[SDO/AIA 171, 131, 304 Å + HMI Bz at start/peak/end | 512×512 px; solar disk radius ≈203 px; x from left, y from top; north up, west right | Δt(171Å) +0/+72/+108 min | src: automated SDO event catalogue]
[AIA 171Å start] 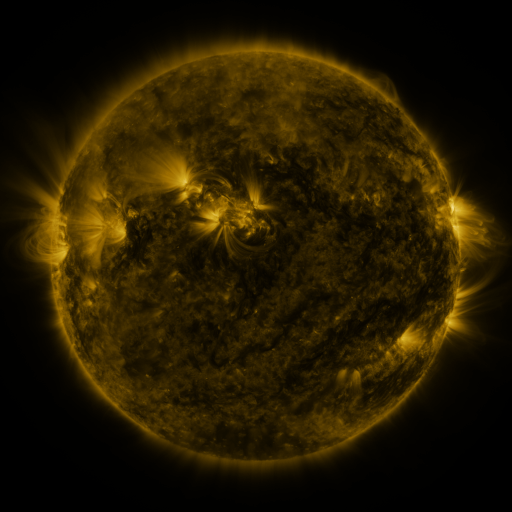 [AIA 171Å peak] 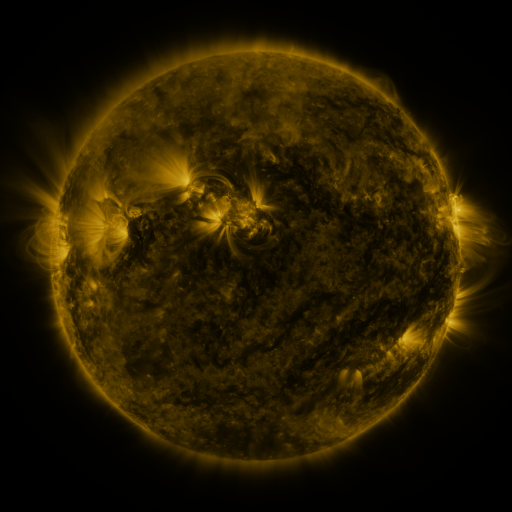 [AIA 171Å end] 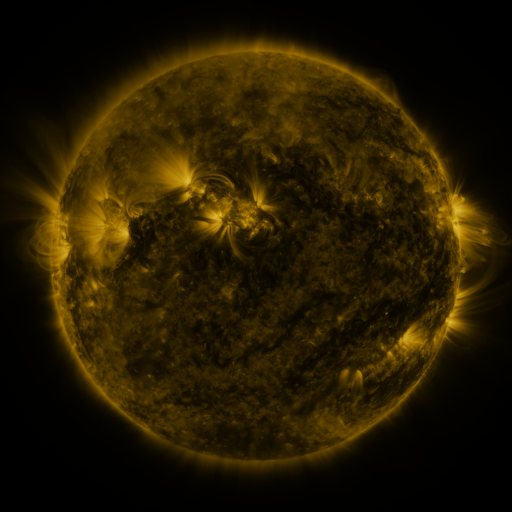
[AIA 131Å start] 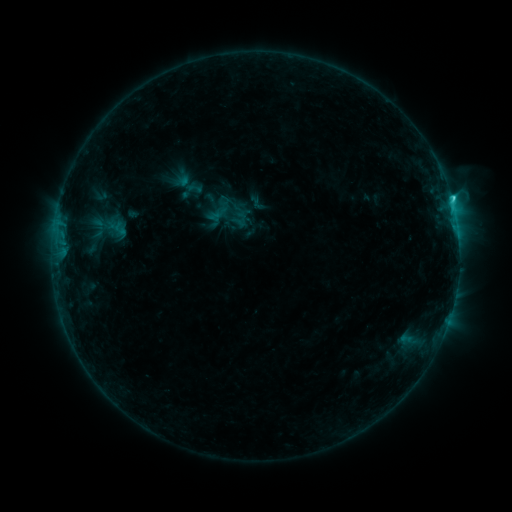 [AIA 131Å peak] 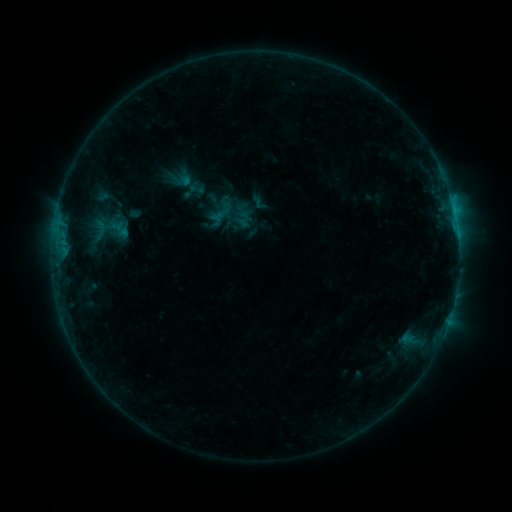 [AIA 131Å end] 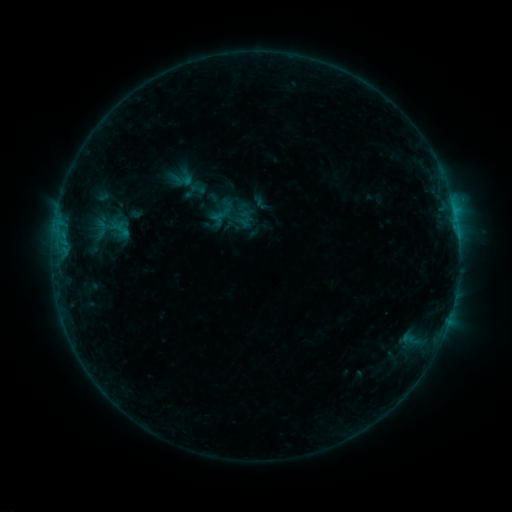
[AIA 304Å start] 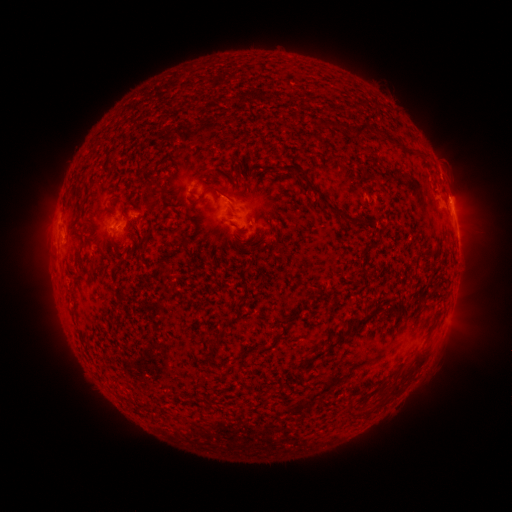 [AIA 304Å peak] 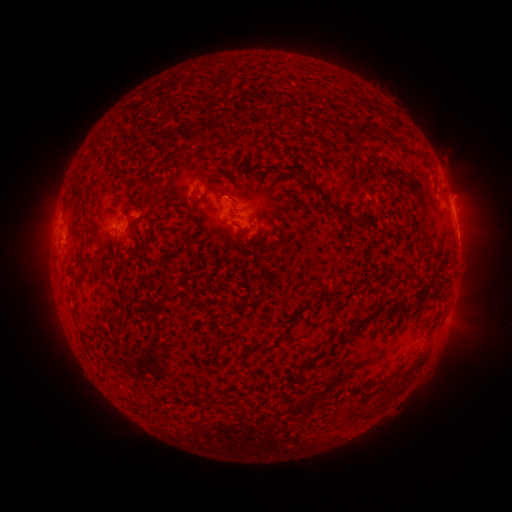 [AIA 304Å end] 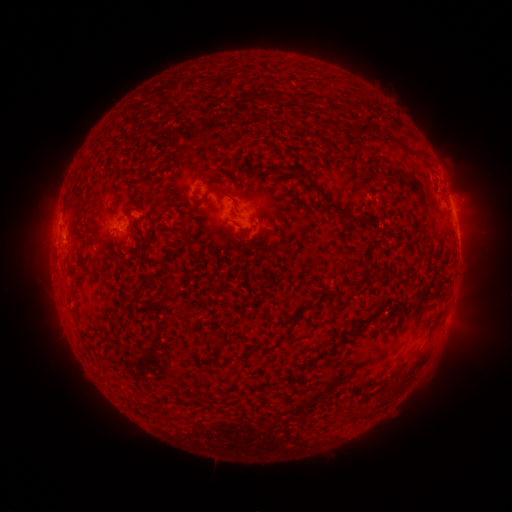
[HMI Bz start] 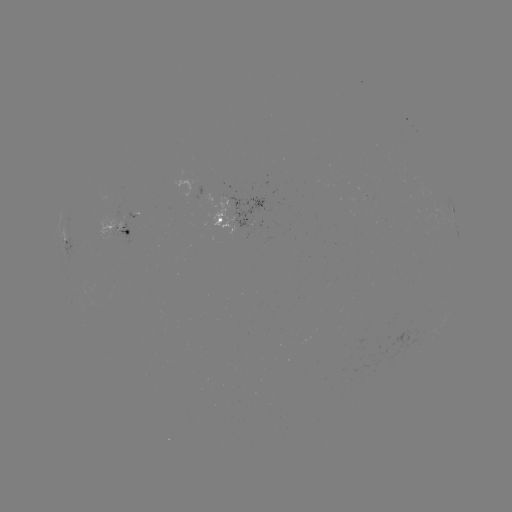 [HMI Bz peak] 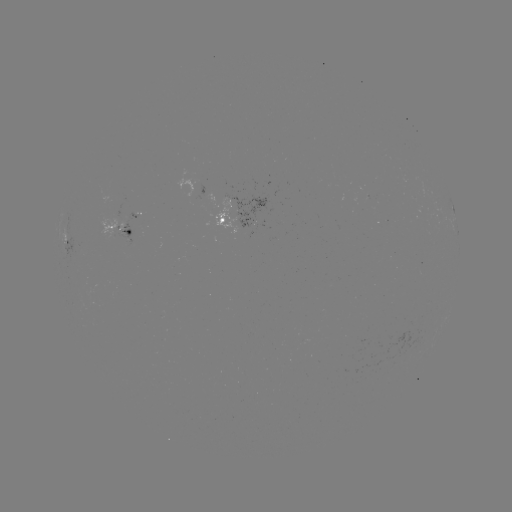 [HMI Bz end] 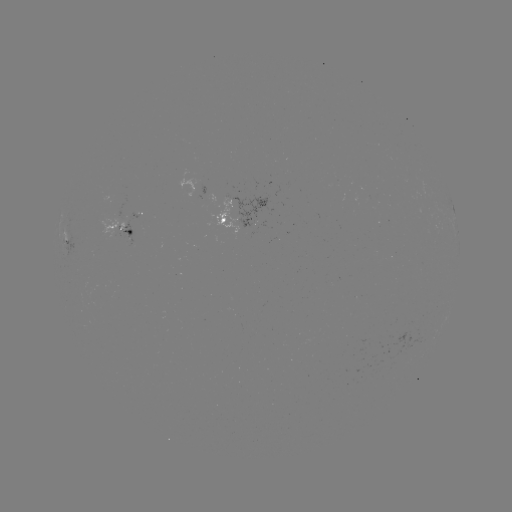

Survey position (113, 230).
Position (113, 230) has emerging-flux region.